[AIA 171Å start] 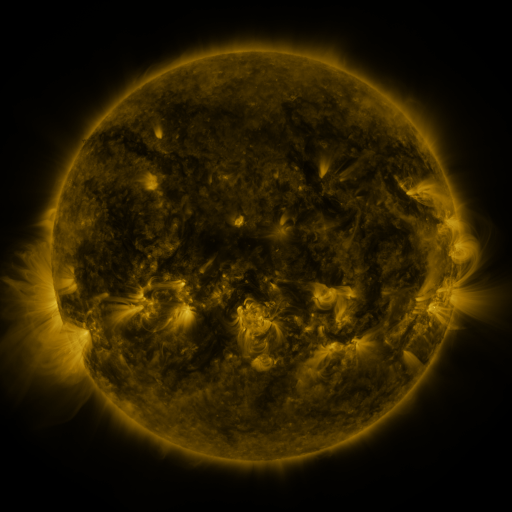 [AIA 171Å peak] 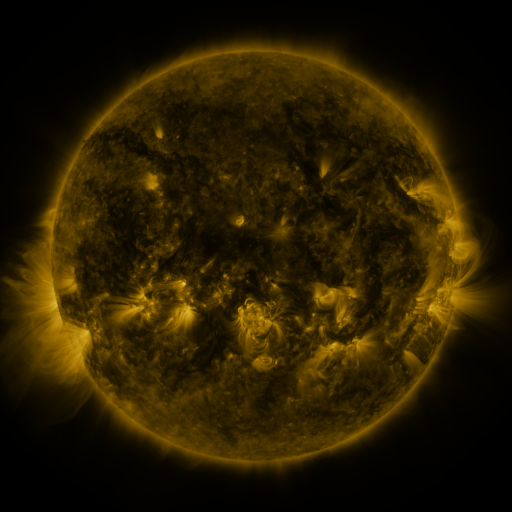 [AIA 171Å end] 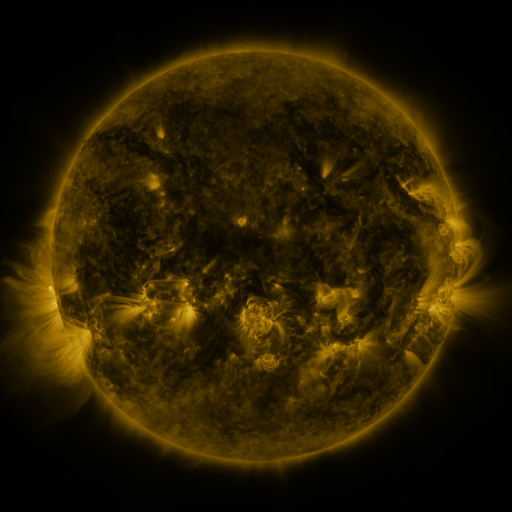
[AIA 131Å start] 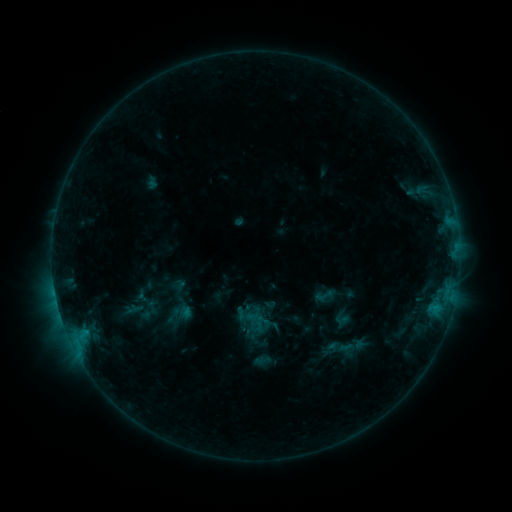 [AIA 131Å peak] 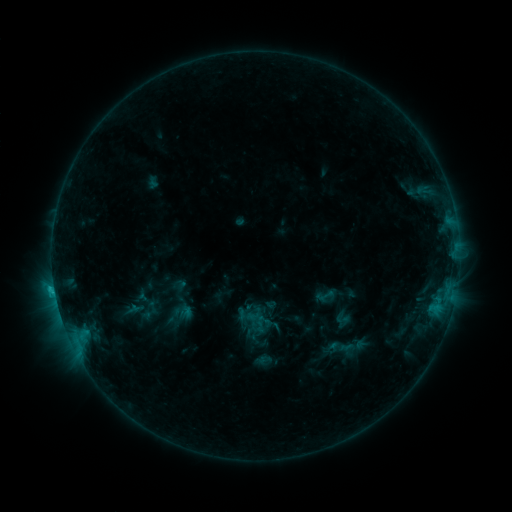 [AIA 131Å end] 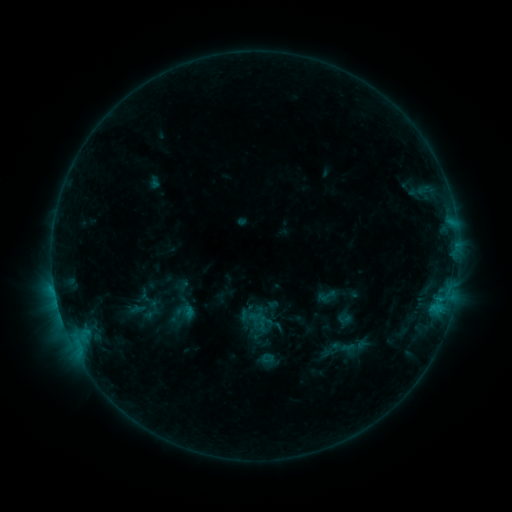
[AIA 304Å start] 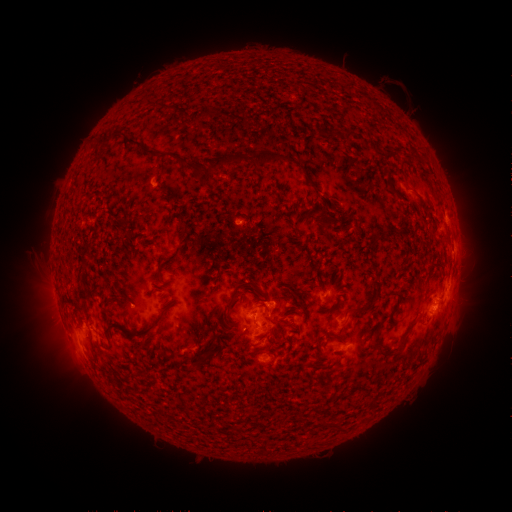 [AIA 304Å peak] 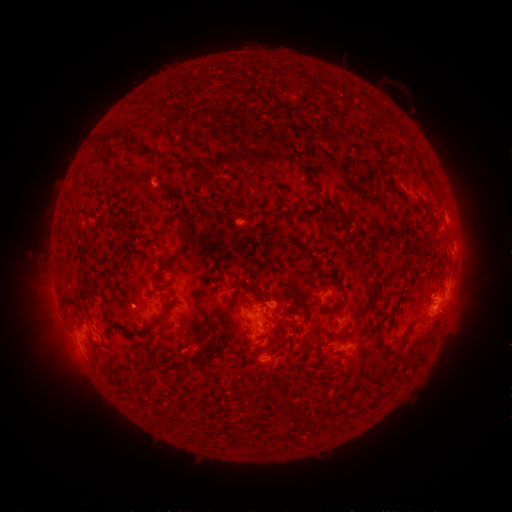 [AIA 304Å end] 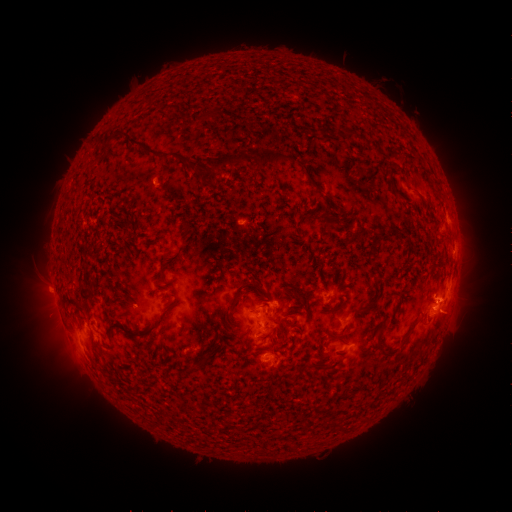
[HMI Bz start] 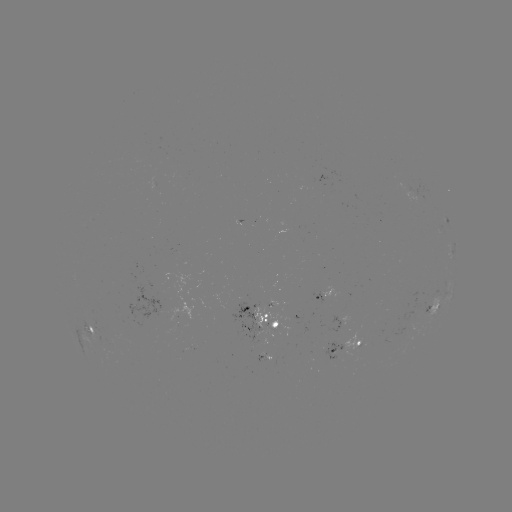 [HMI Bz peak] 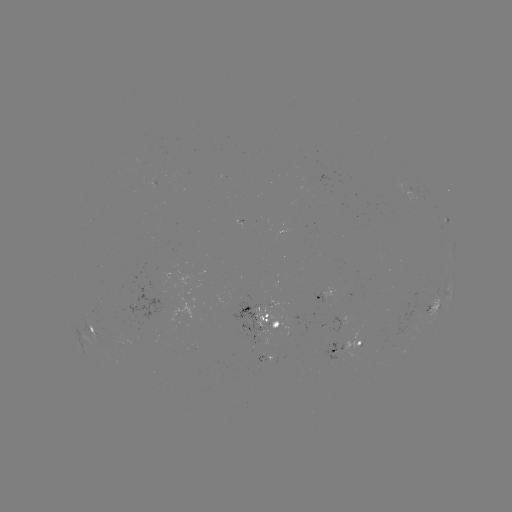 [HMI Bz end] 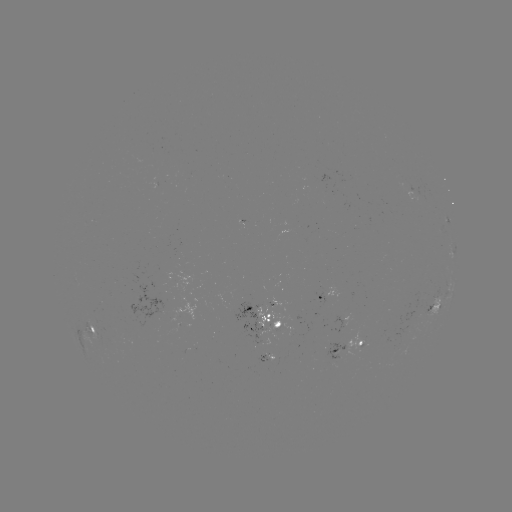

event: flare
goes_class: C1.1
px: (55, 287)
